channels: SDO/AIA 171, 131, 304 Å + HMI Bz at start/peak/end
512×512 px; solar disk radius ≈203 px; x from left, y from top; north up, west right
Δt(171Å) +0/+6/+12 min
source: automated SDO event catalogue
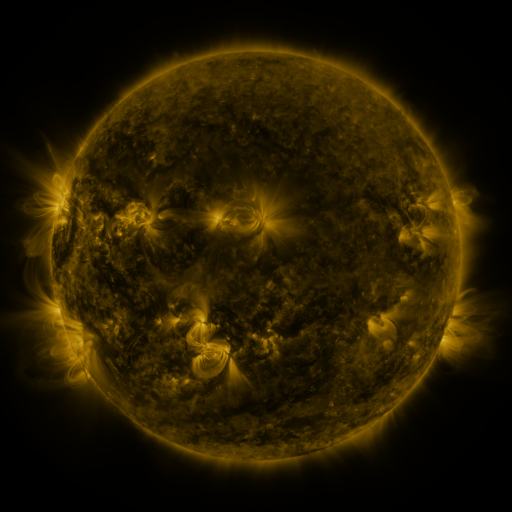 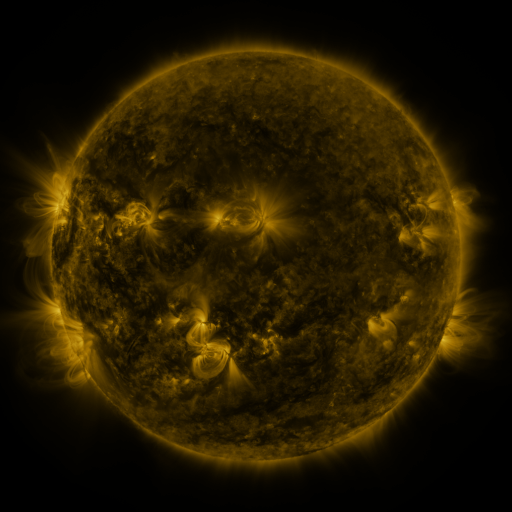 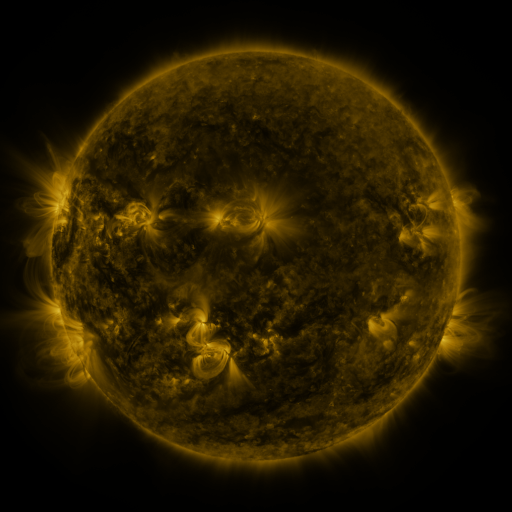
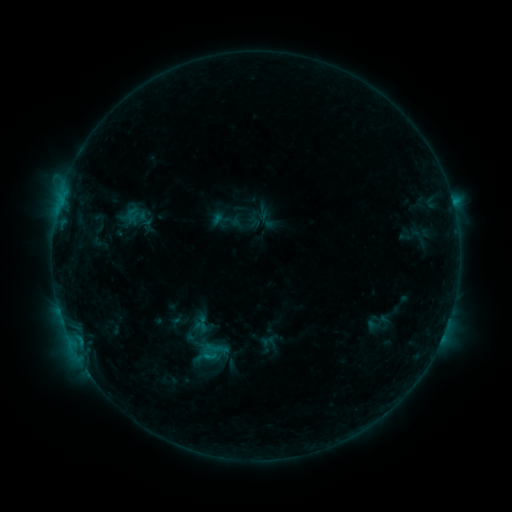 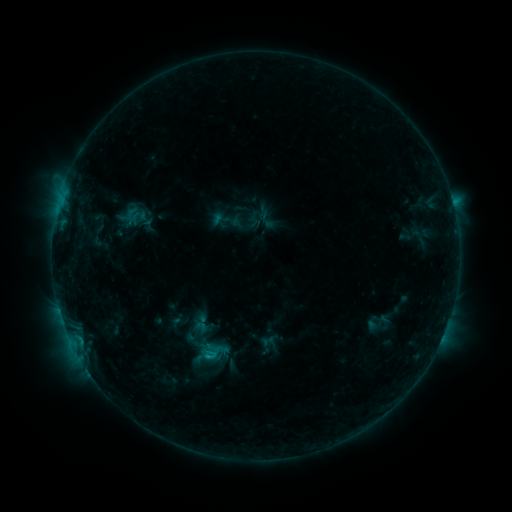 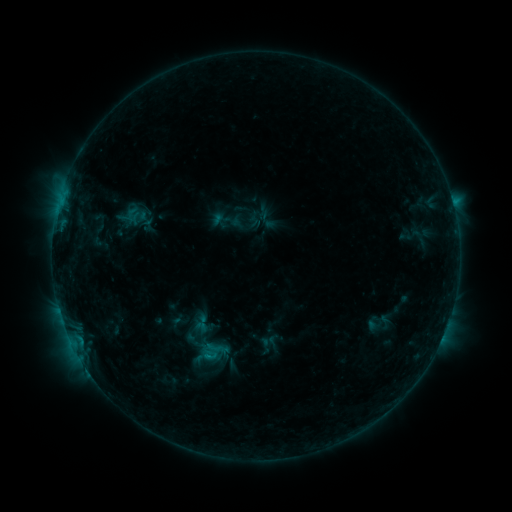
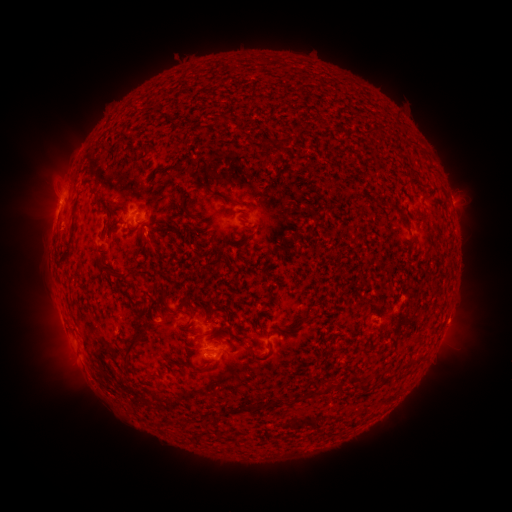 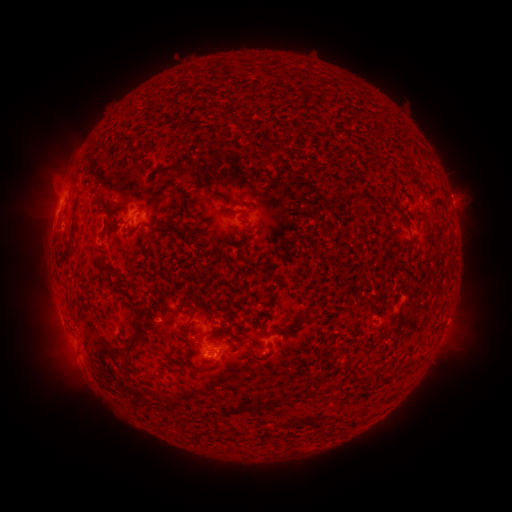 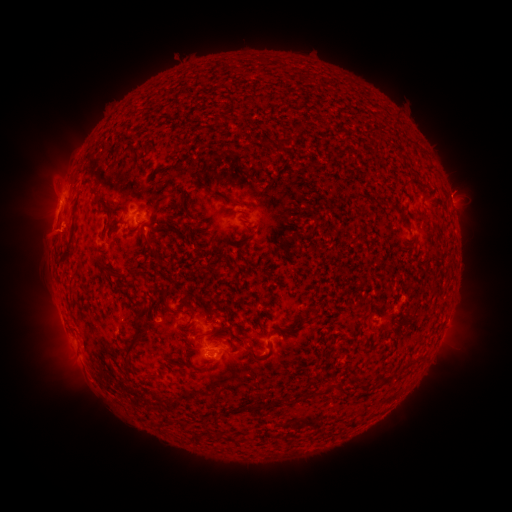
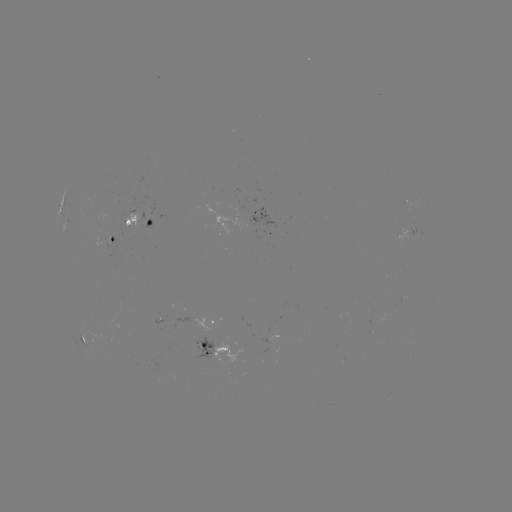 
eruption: [21, 211, 78, 263]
